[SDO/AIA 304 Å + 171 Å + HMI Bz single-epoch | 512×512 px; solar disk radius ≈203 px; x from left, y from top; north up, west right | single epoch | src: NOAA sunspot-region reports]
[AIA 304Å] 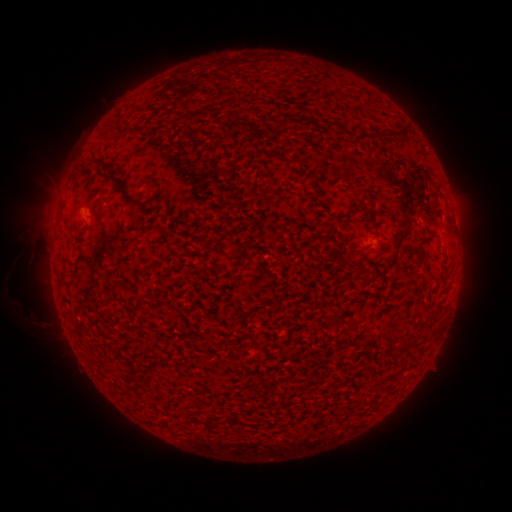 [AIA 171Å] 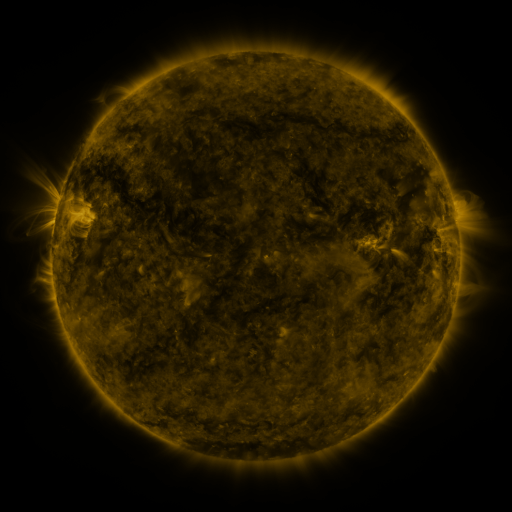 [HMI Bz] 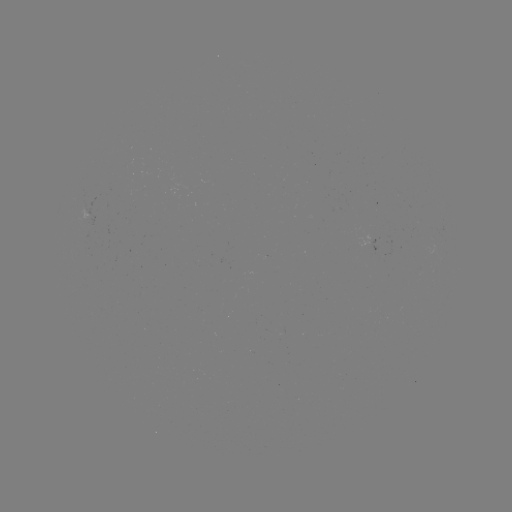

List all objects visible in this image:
(none)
